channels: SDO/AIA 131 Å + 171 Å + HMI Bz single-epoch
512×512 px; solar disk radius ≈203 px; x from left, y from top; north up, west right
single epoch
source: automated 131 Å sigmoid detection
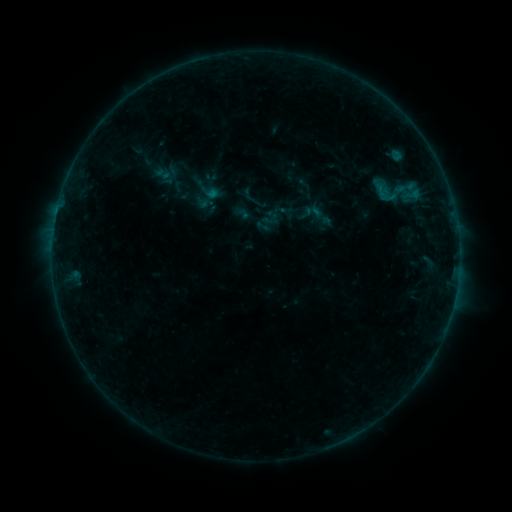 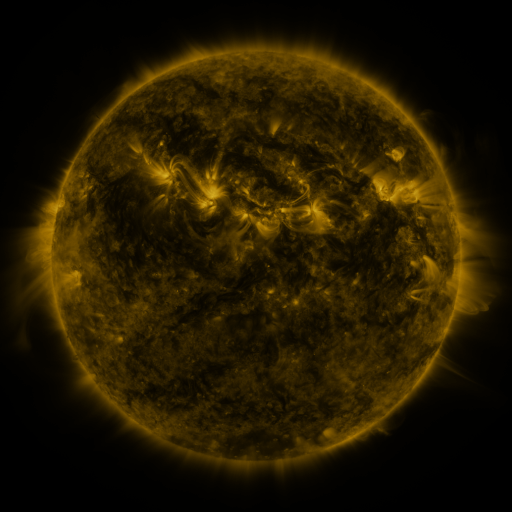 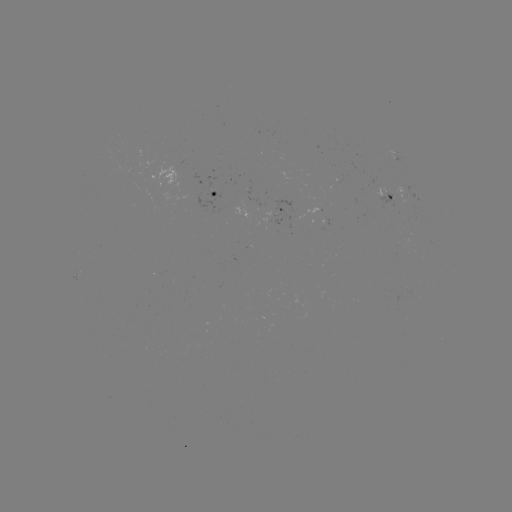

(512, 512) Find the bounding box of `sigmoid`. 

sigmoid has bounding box [369, 178, 401, 209].